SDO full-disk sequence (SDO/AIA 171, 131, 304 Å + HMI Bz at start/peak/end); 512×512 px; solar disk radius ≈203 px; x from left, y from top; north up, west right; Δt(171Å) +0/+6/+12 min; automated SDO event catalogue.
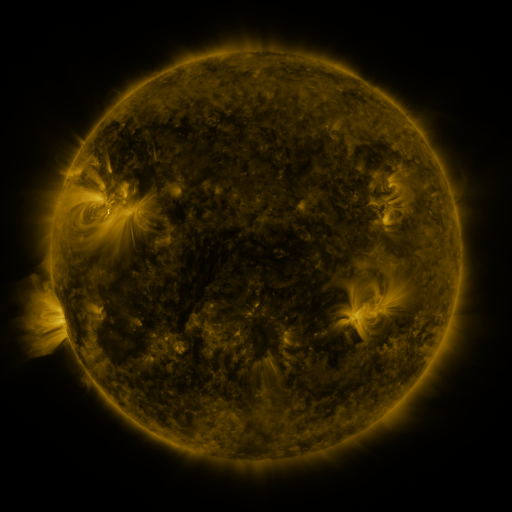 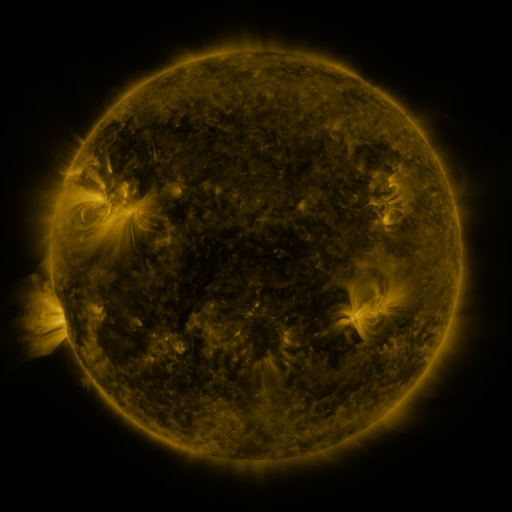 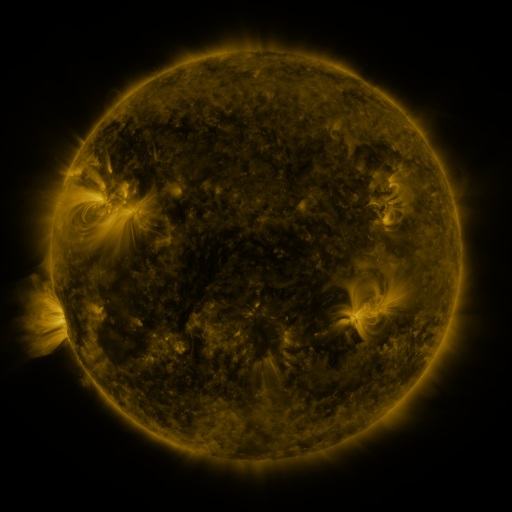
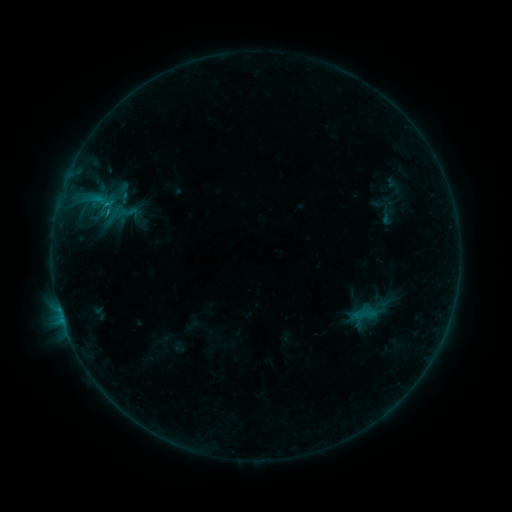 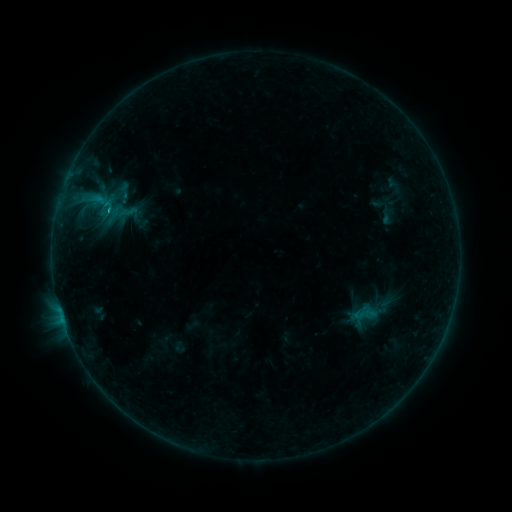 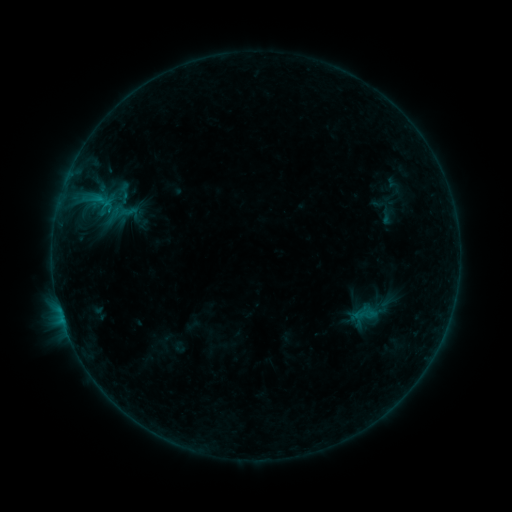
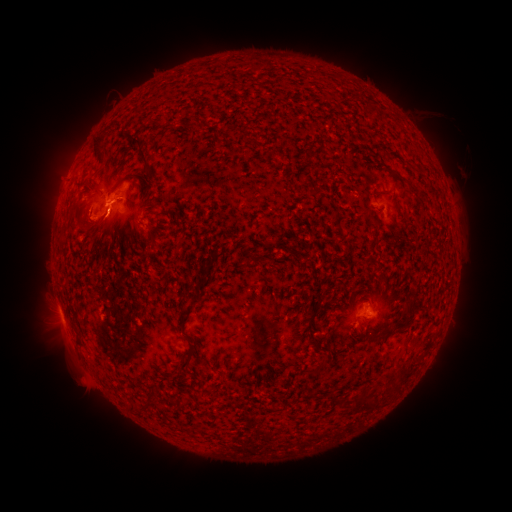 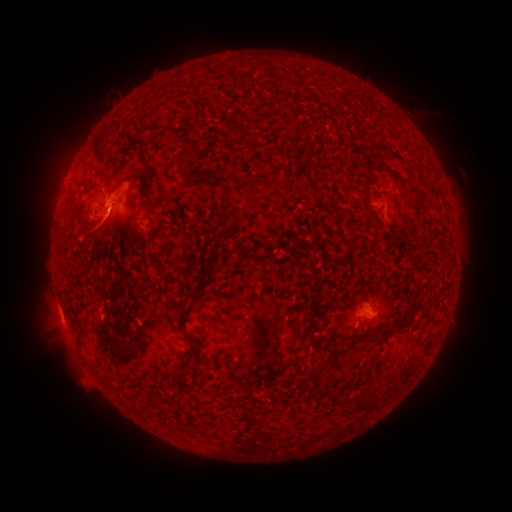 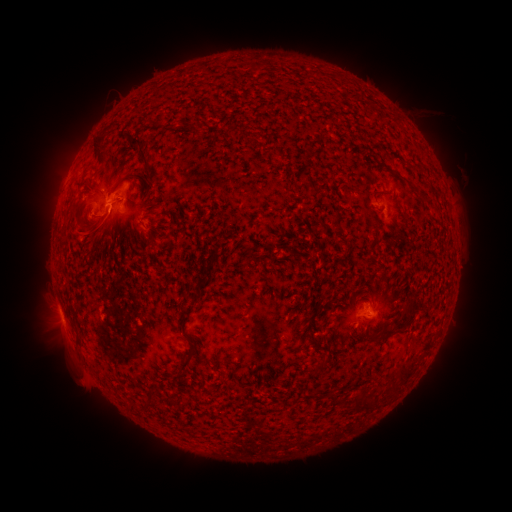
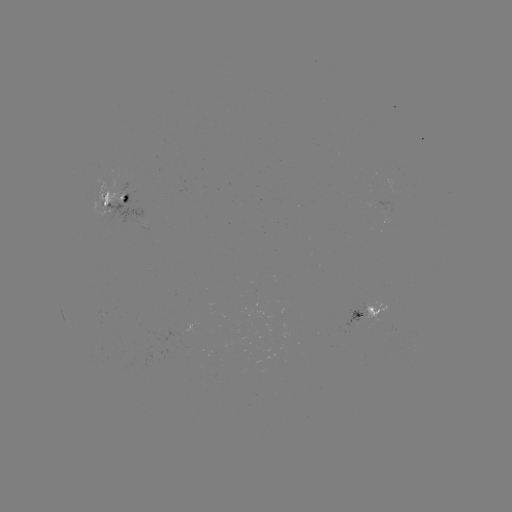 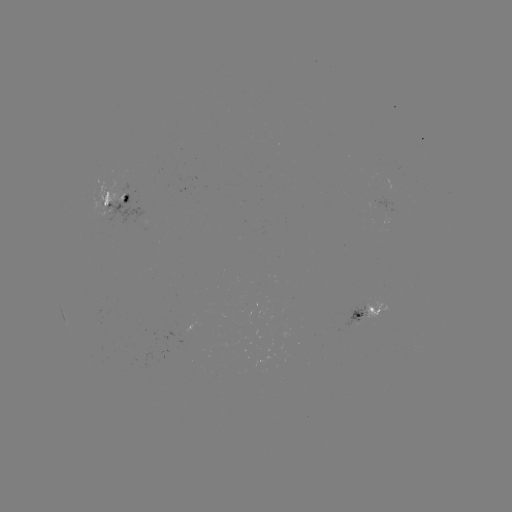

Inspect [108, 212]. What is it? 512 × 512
B6.3 flare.